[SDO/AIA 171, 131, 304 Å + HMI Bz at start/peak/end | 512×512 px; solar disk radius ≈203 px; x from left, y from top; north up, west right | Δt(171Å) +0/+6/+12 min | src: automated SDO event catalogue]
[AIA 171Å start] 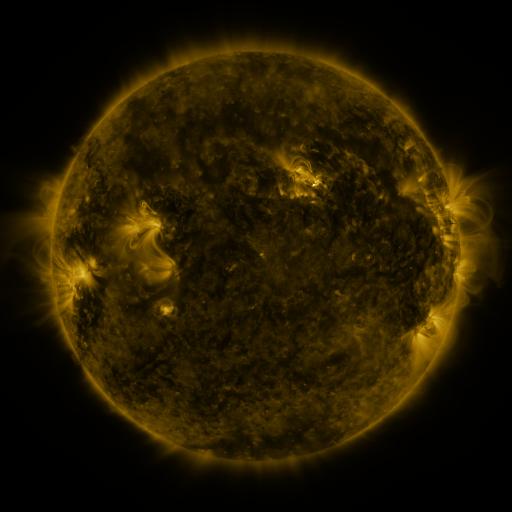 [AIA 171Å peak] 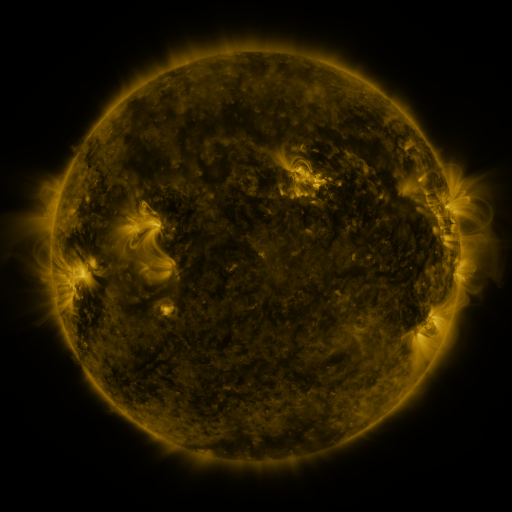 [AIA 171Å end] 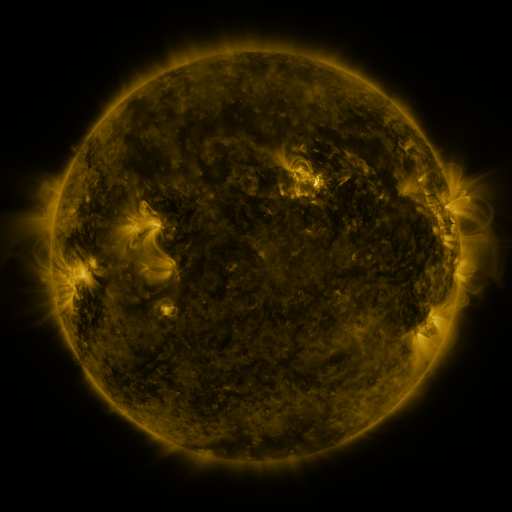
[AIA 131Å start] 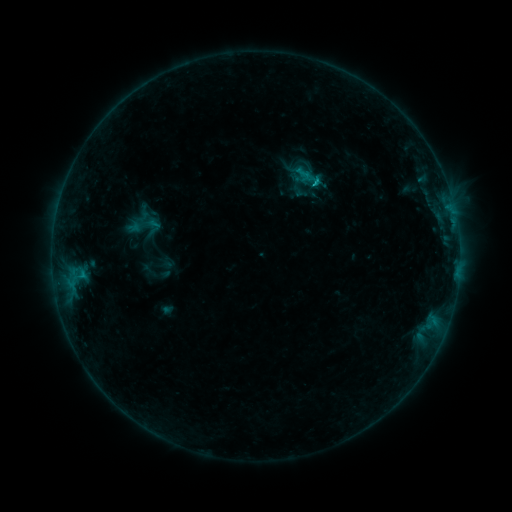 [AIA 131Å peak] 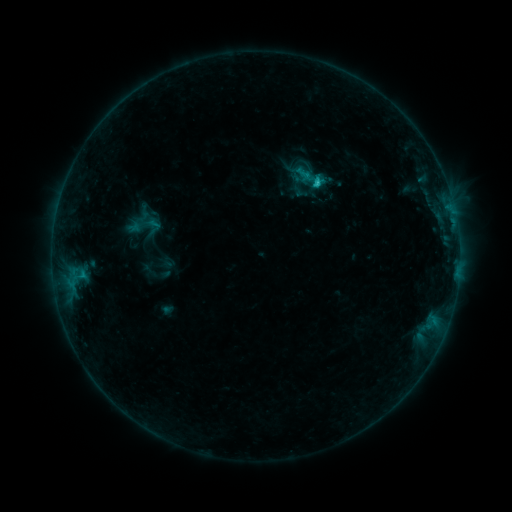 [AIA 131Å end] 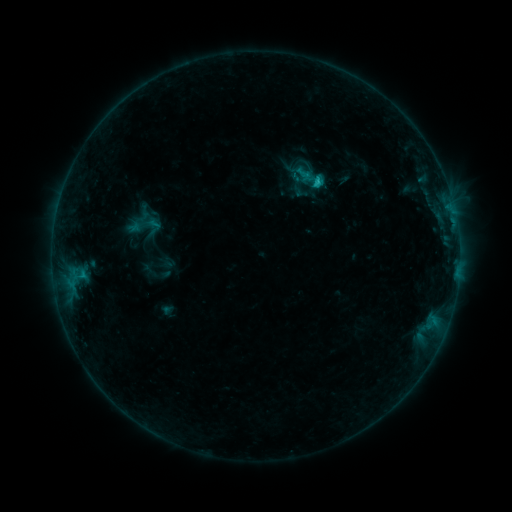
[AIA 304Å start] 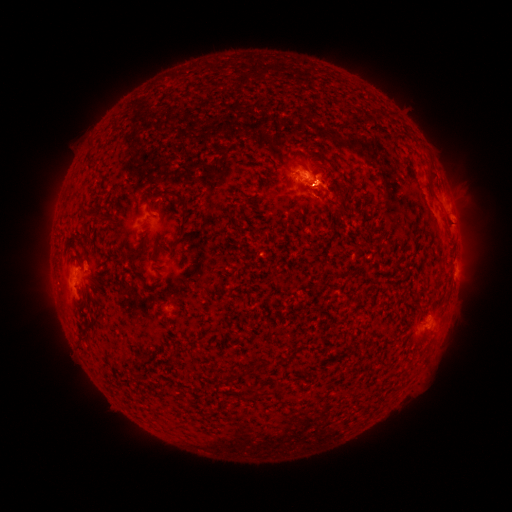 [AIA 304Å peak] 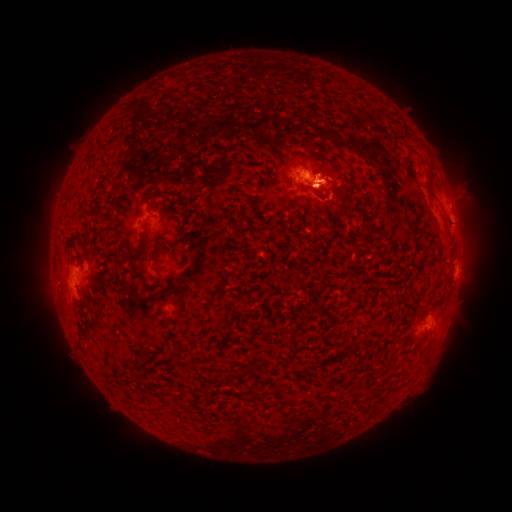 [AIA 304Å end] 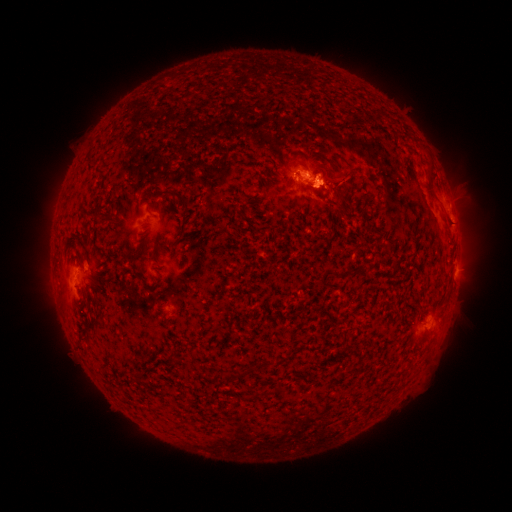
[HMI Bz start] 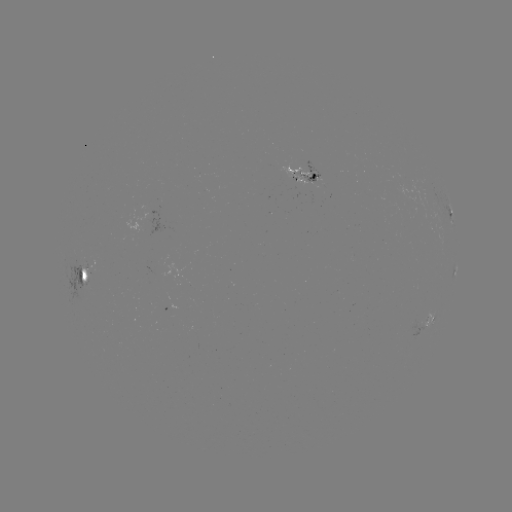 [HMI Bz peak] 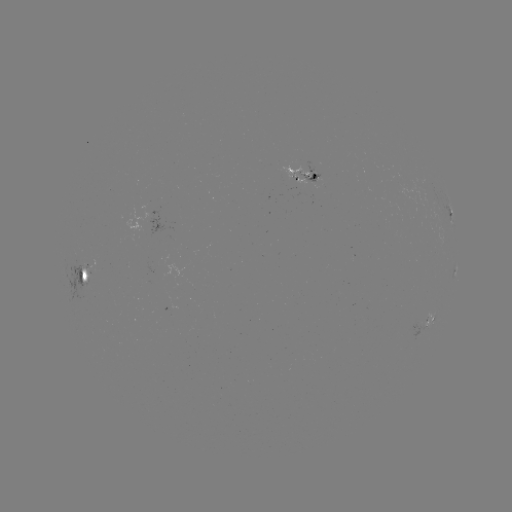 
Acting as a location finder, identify eruption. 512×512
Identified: [337, 184].